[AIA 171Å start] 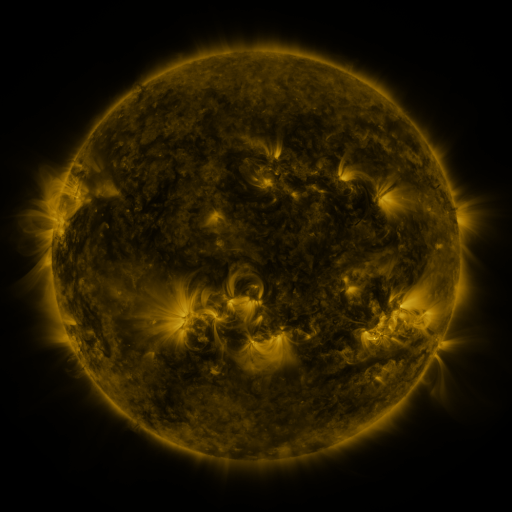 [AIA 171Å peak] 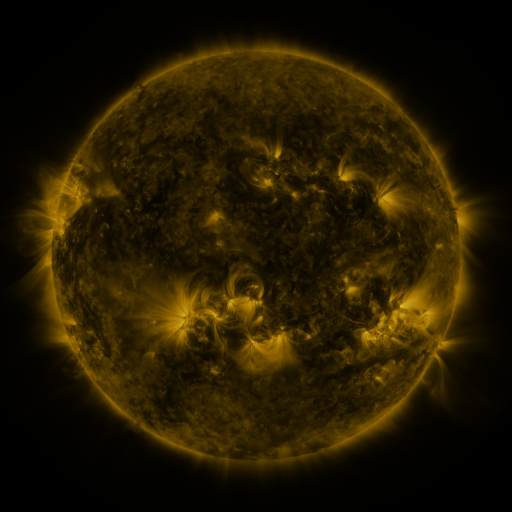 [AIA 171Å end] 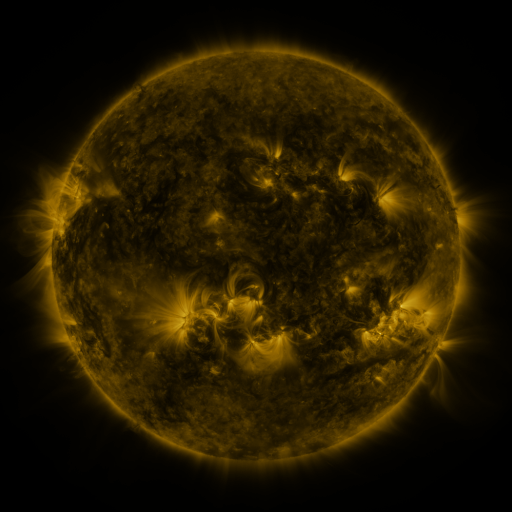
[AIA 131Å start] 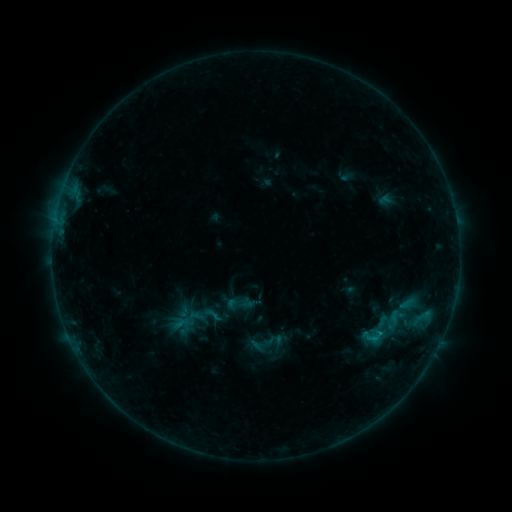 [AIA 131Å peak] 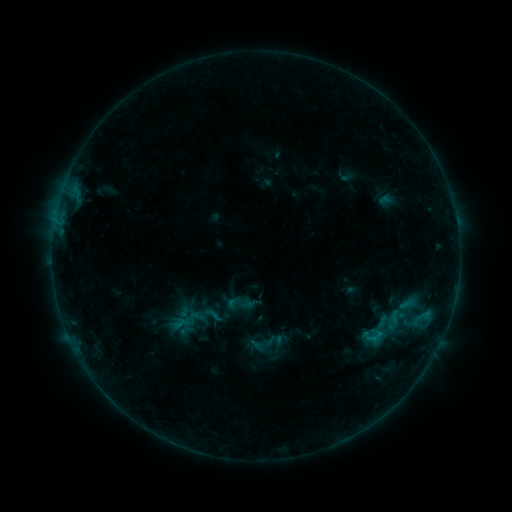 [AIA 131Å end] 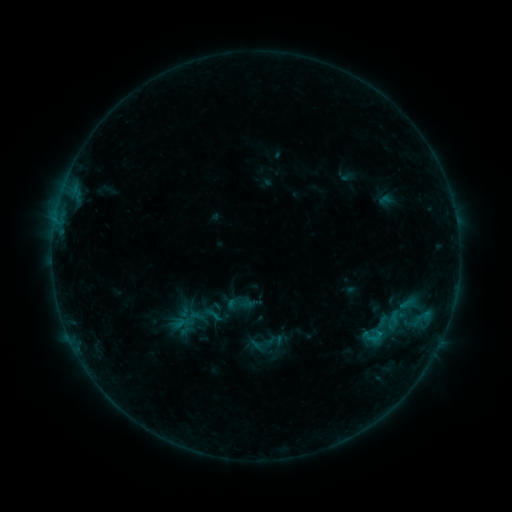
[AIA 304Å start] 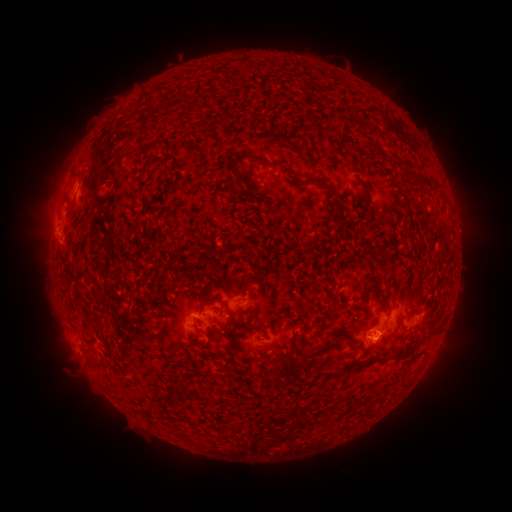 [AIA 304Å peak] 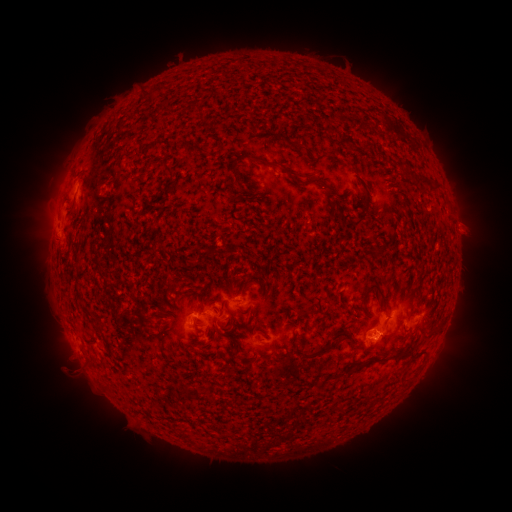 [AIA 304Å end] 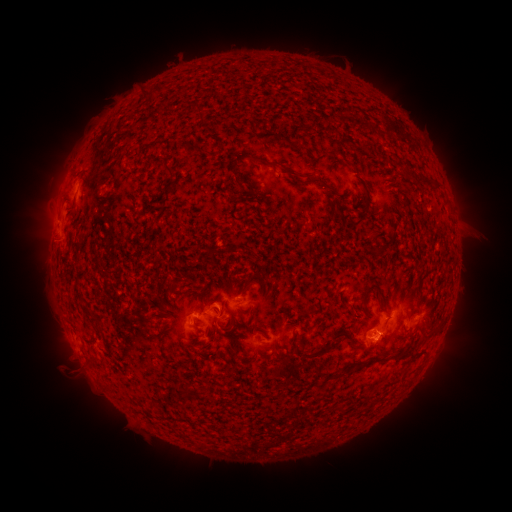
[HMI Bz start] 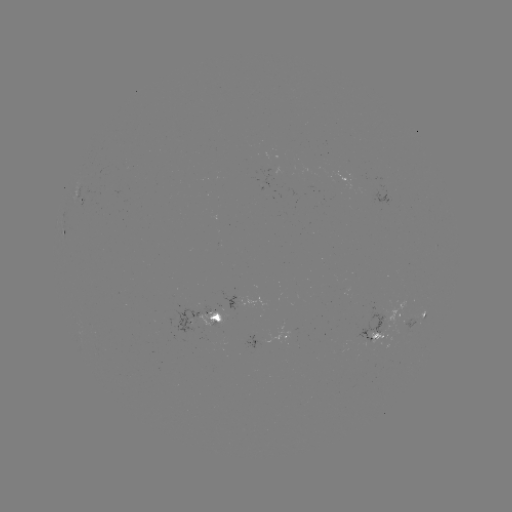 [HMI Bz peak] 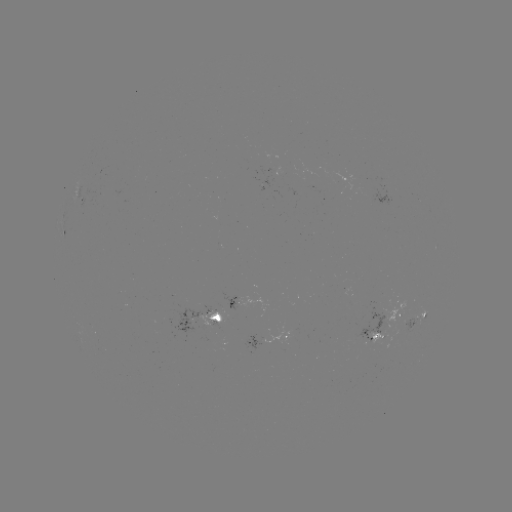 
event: eruption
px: (469, 229)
